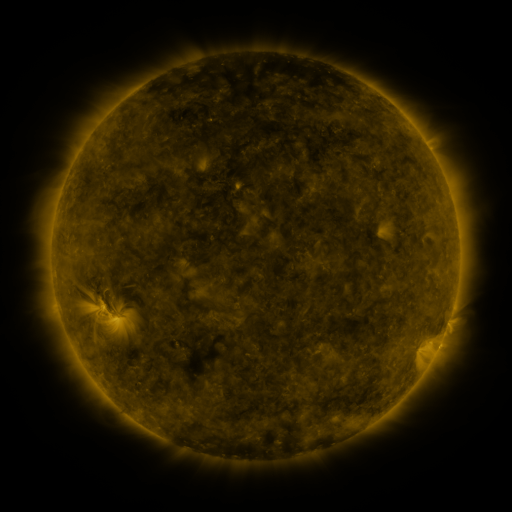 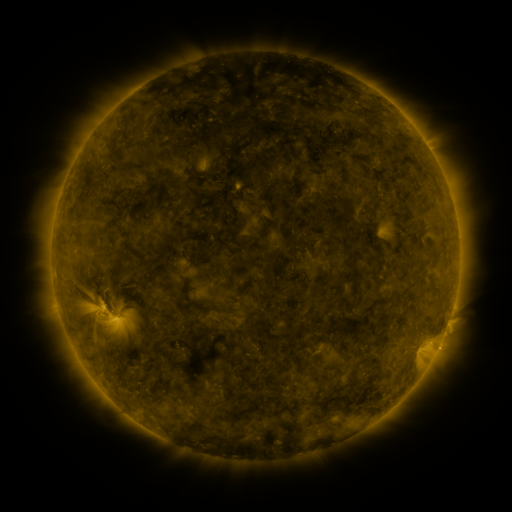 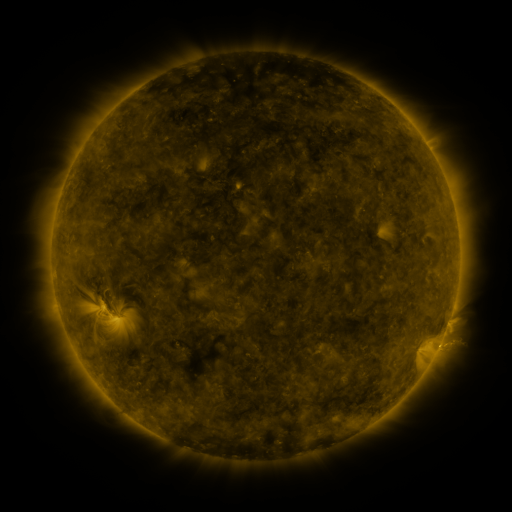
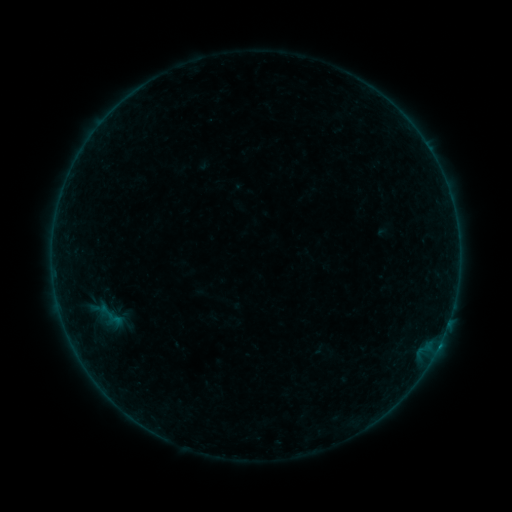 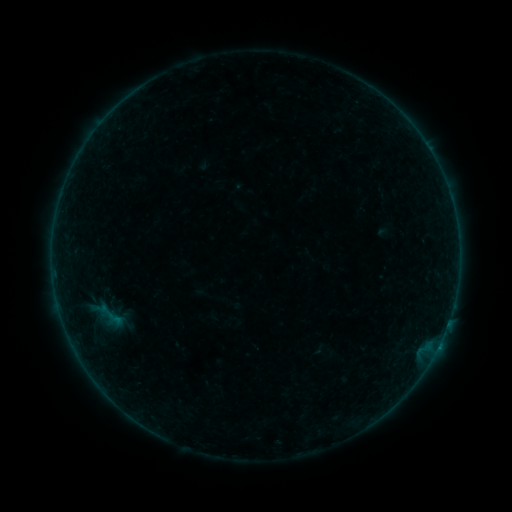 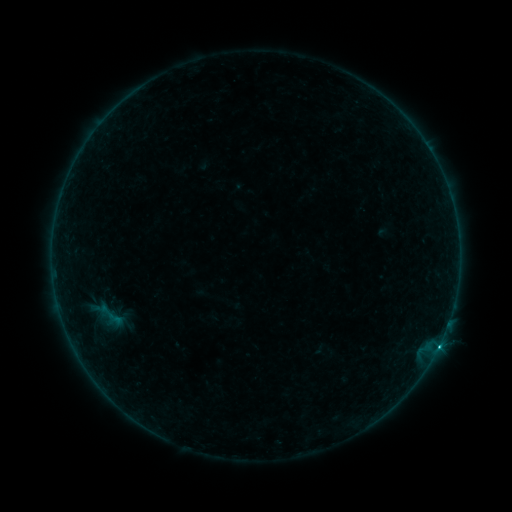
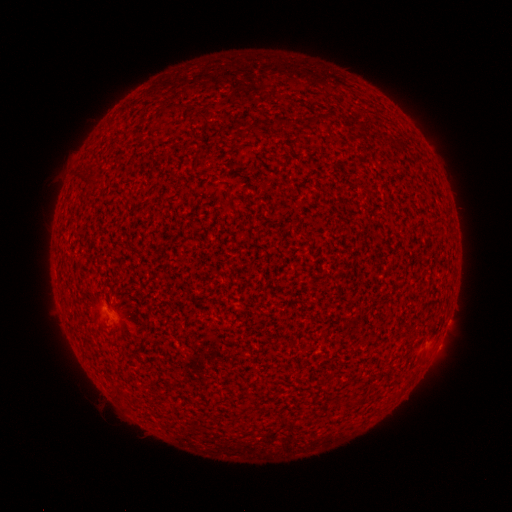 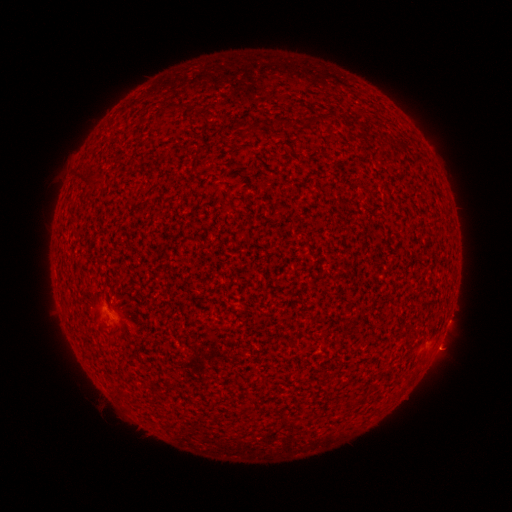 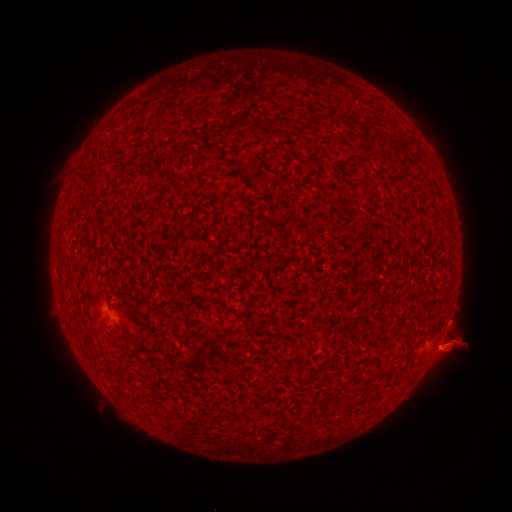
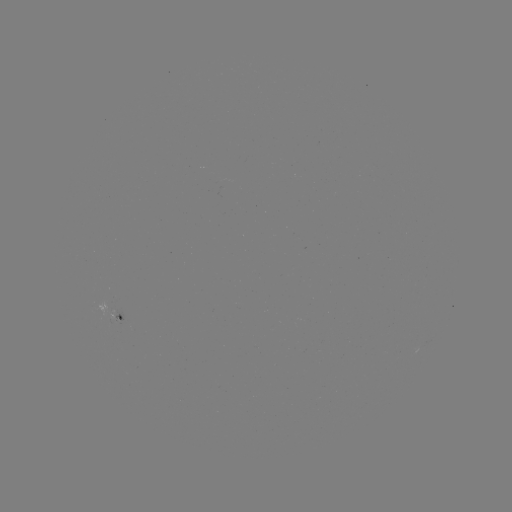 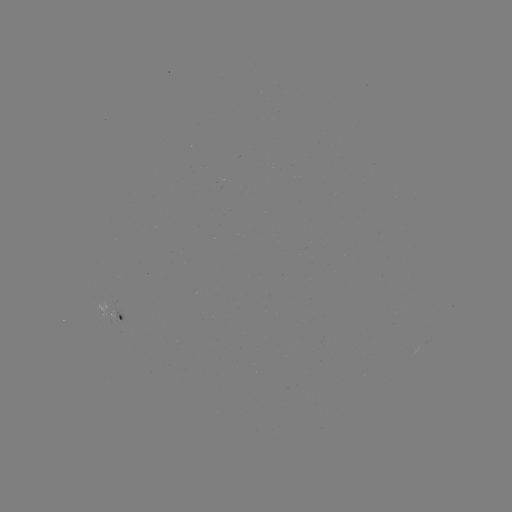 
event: eruption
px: (444, 351)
